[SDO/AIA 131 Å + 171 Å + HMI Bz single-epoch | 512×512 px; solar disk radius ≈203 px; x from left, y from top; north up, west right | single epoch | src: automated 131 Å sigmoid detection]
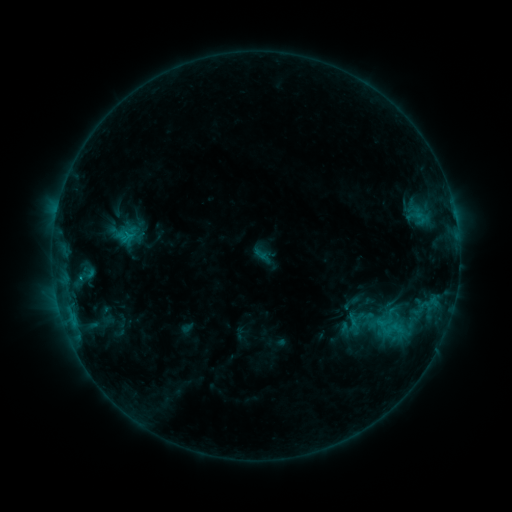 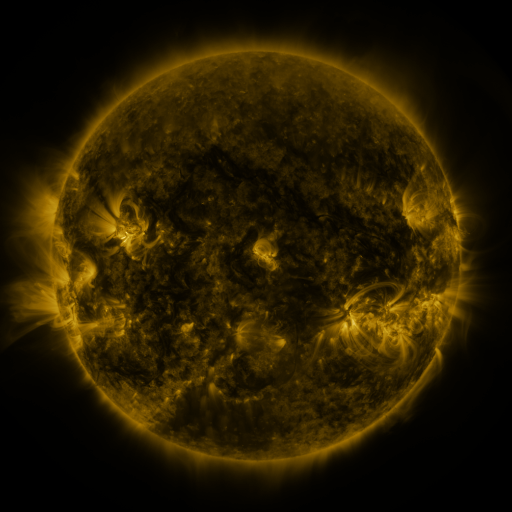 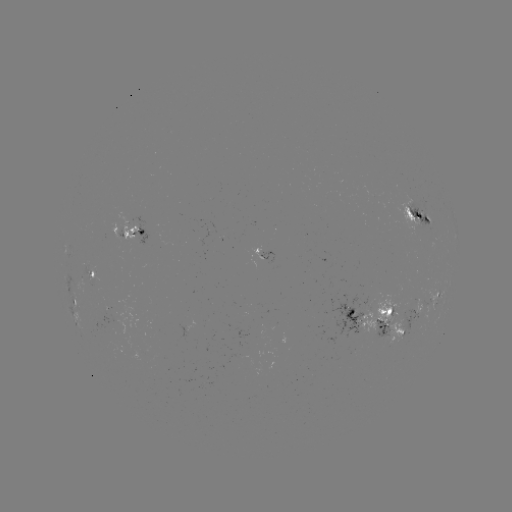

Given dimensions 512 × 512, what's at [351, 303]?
sigmoid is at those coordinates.